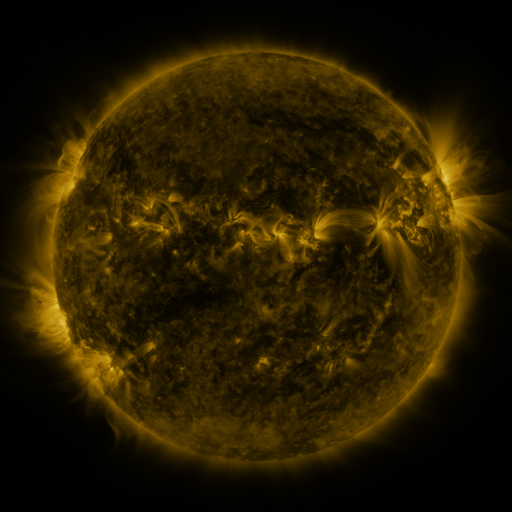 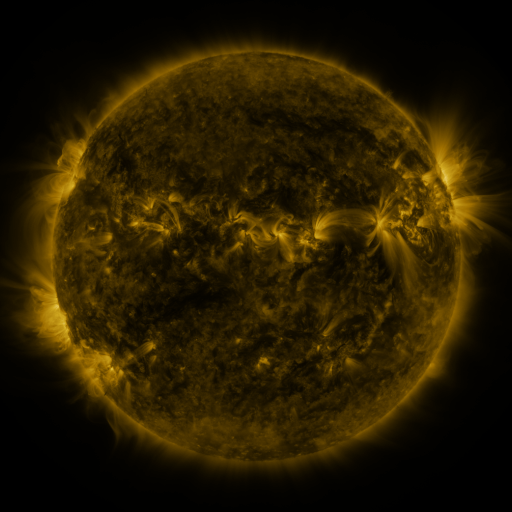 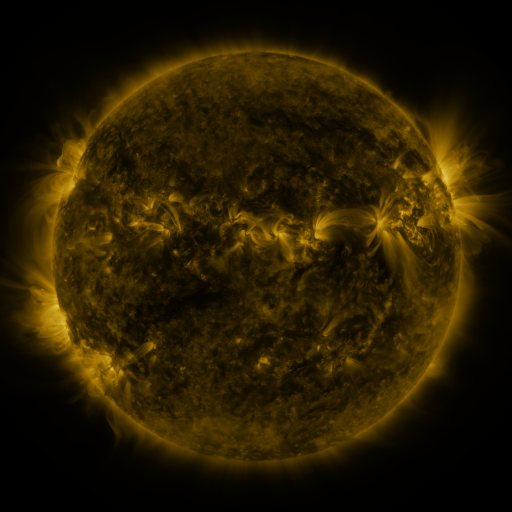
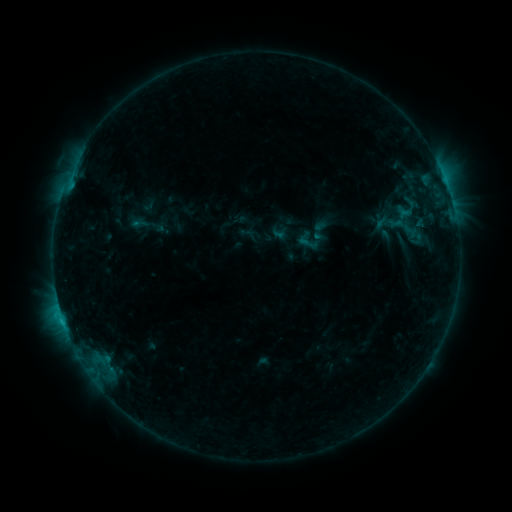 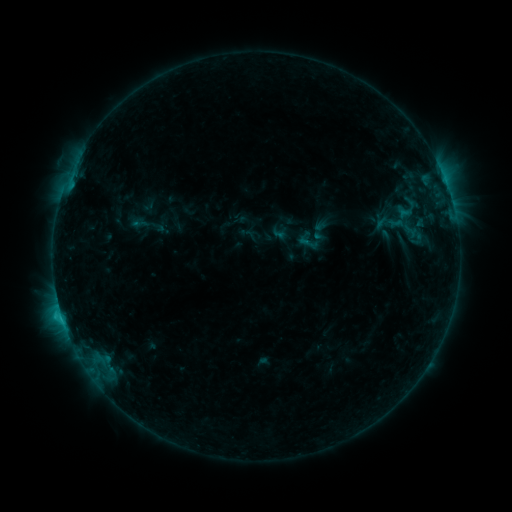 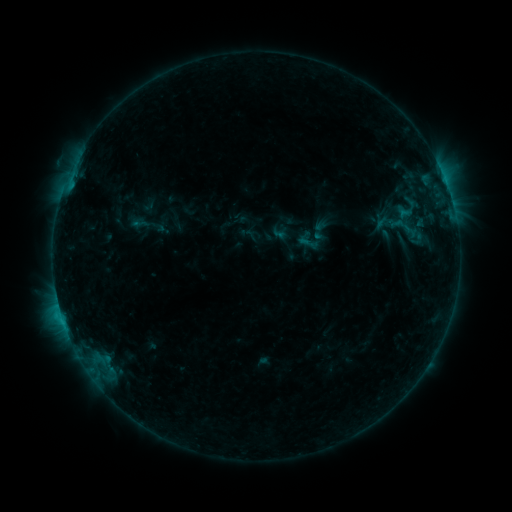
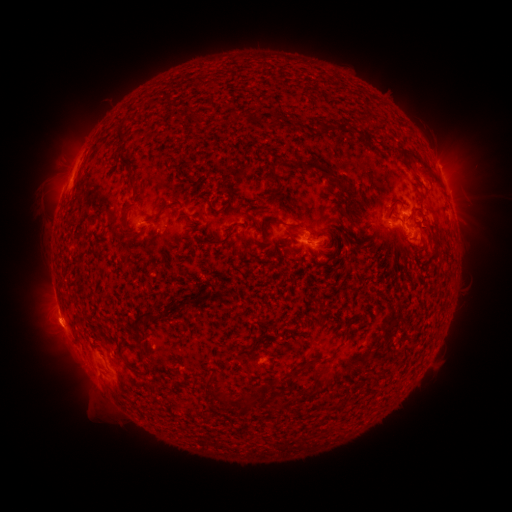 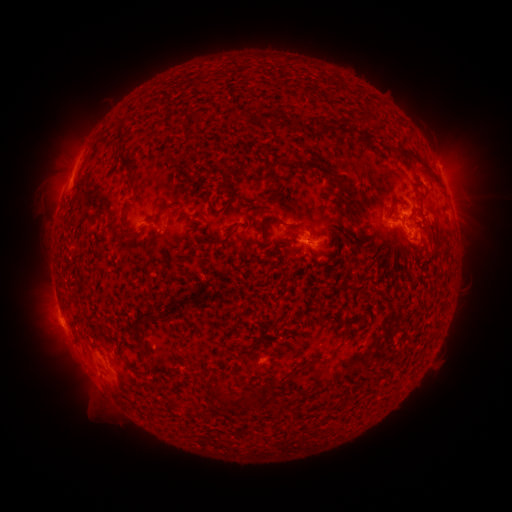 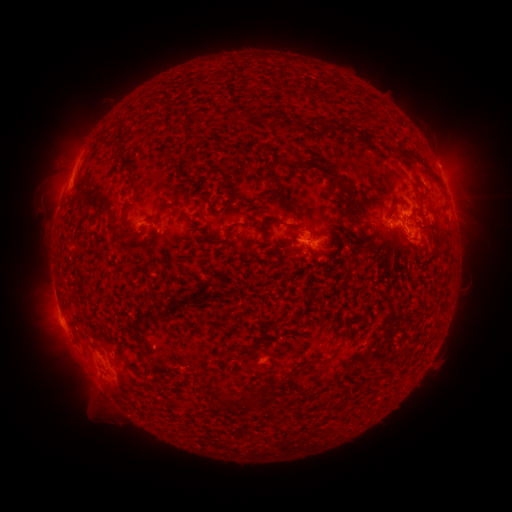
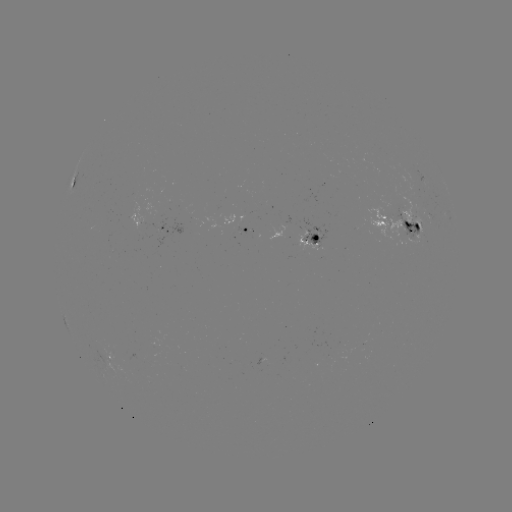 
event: flare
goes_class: C1.0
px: (63, 319)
